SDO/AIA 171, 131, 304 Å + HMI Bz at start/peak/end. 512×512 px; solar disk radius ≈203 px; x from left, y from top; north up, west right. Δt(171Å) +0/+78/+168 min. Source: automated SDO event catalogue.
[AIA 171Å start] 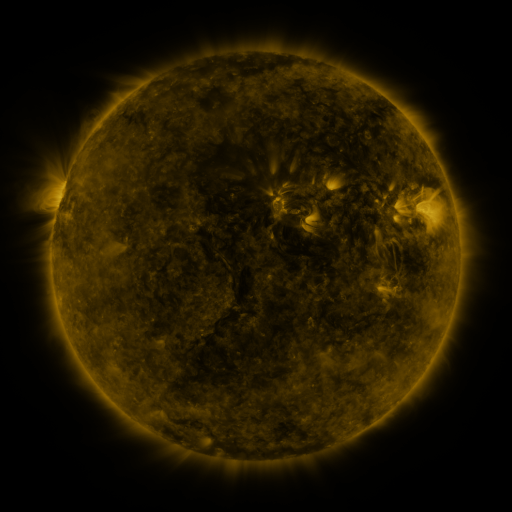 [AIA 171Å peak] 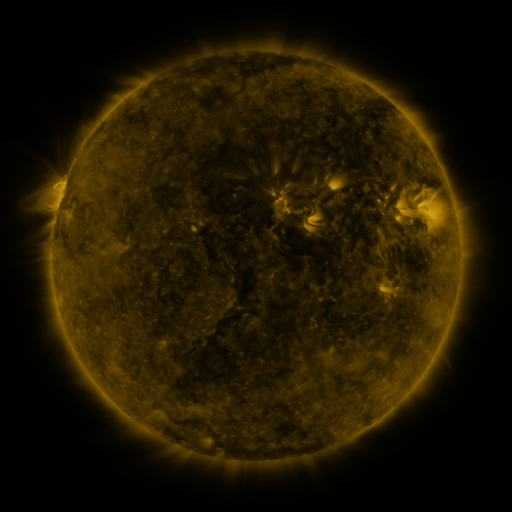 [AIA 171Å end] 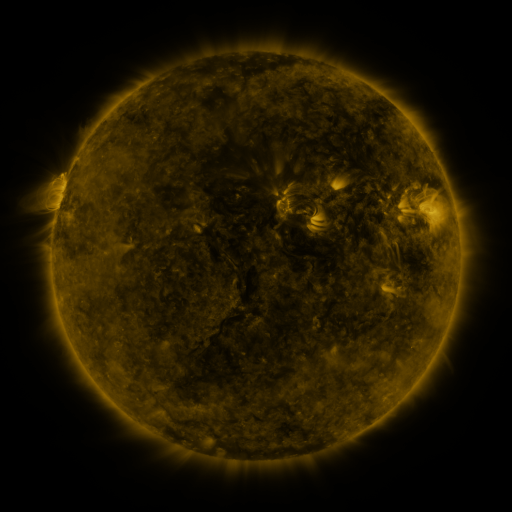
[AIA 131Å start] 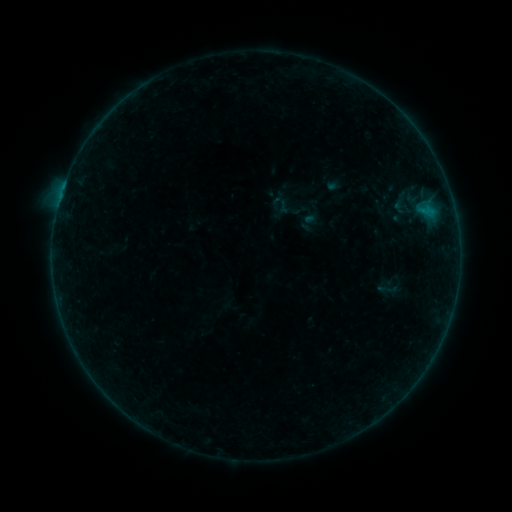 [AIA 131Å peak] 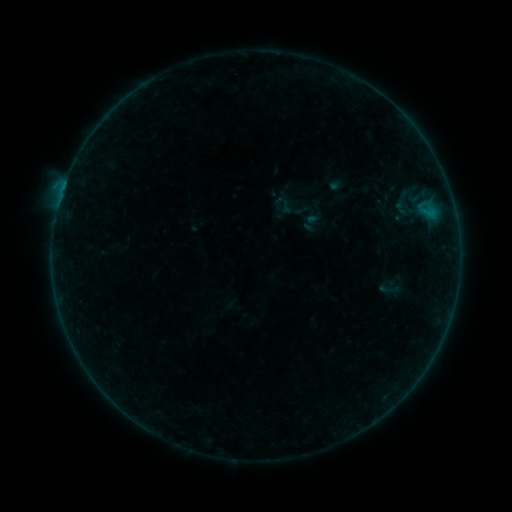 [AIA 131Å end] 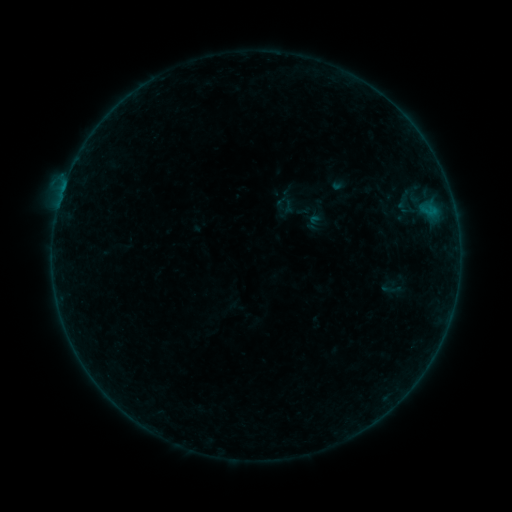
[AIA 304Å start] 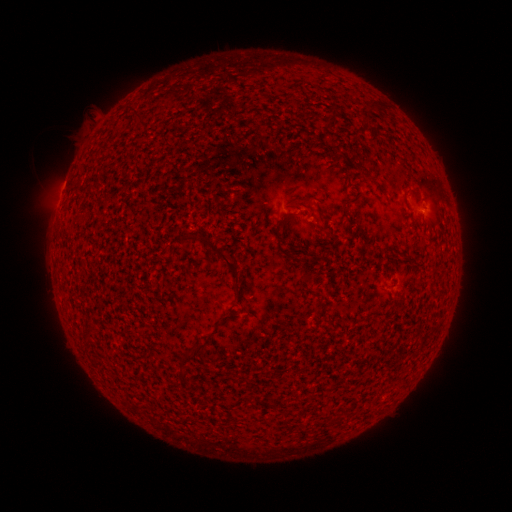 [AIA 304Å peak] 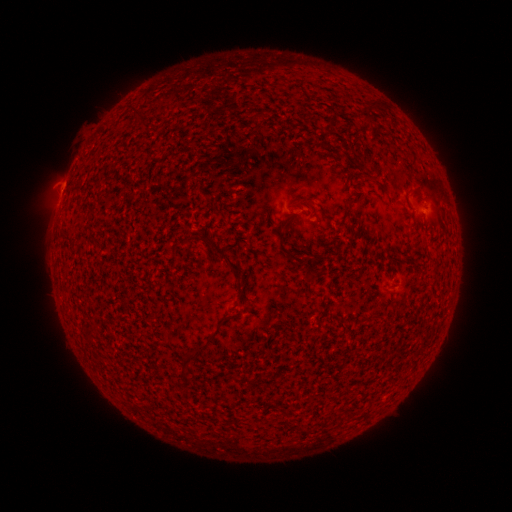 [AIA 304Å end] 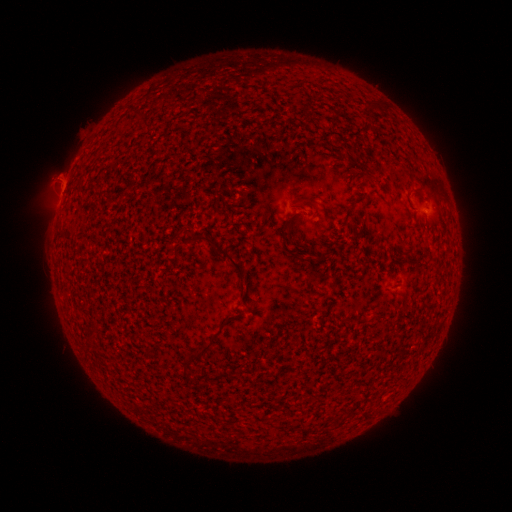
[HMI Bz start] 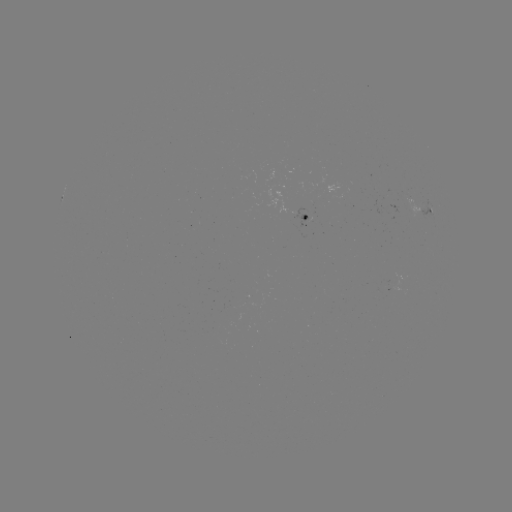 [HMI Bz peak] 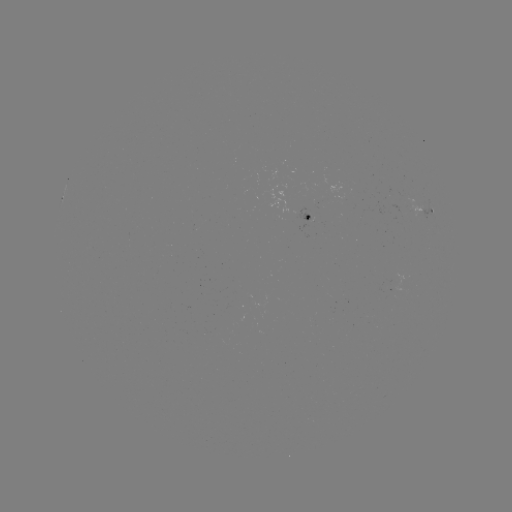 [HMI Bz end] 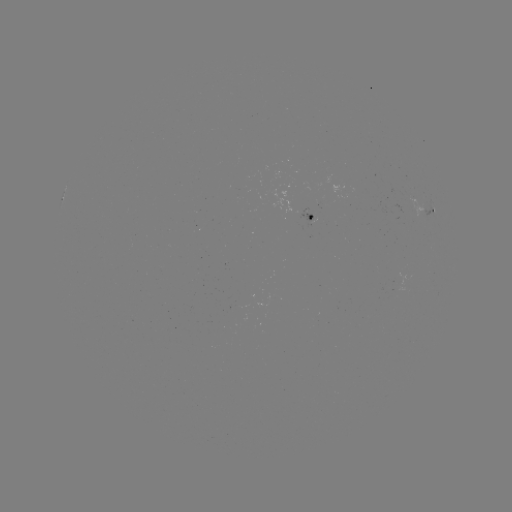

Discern B1.5 flare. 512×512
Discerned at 67,180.